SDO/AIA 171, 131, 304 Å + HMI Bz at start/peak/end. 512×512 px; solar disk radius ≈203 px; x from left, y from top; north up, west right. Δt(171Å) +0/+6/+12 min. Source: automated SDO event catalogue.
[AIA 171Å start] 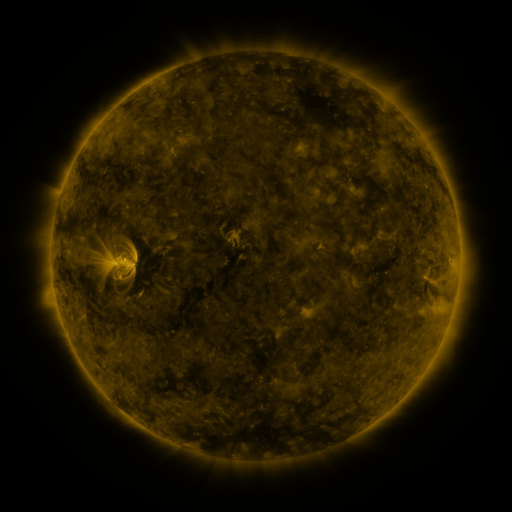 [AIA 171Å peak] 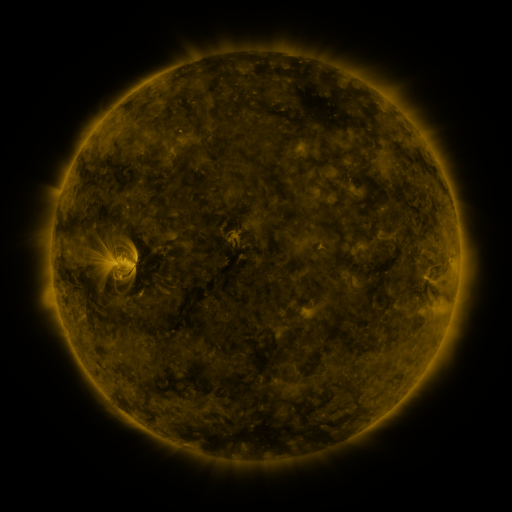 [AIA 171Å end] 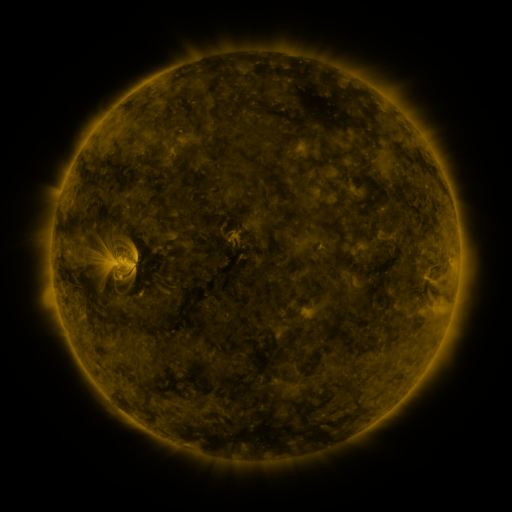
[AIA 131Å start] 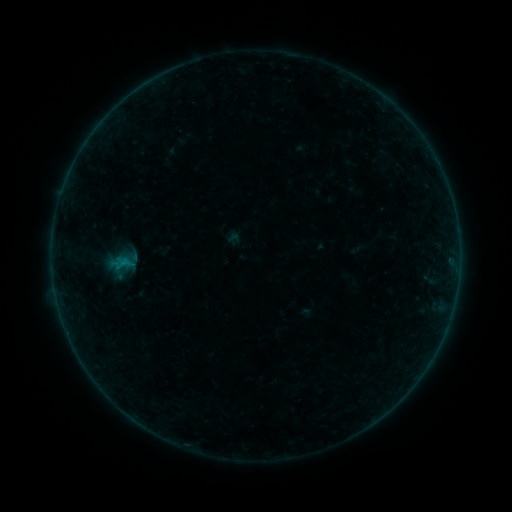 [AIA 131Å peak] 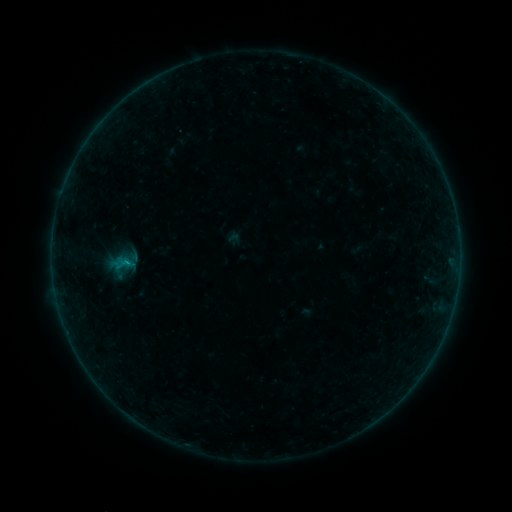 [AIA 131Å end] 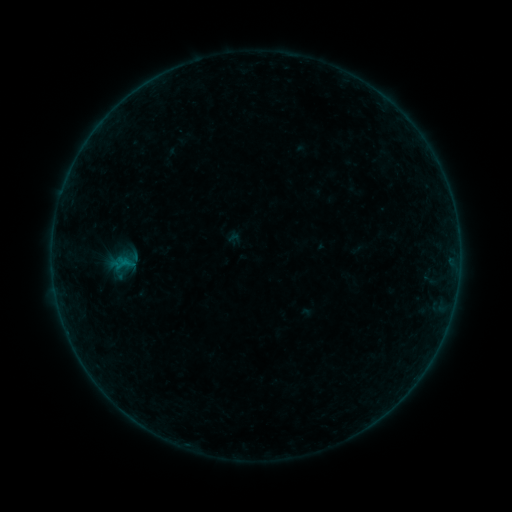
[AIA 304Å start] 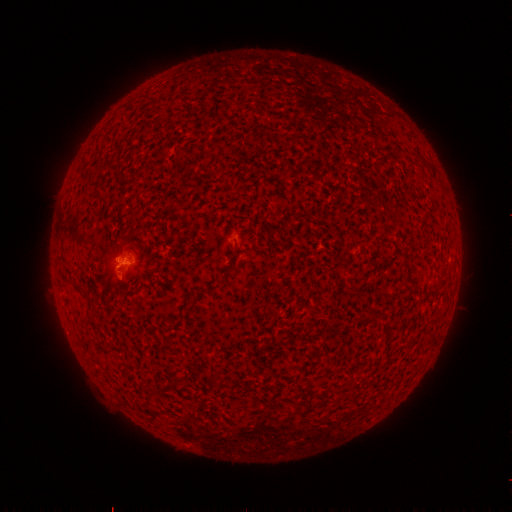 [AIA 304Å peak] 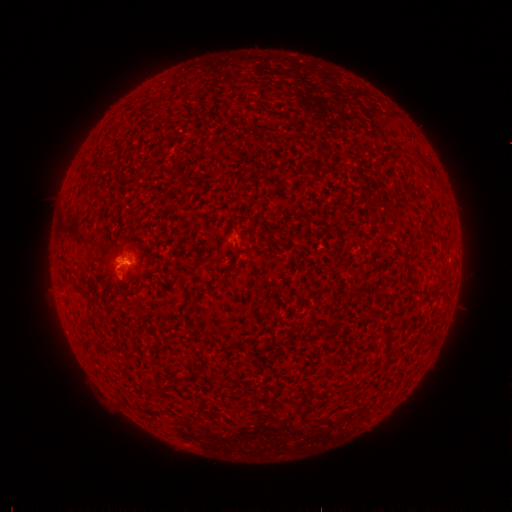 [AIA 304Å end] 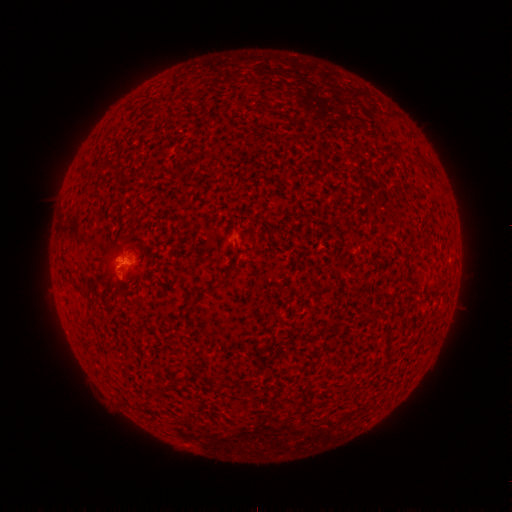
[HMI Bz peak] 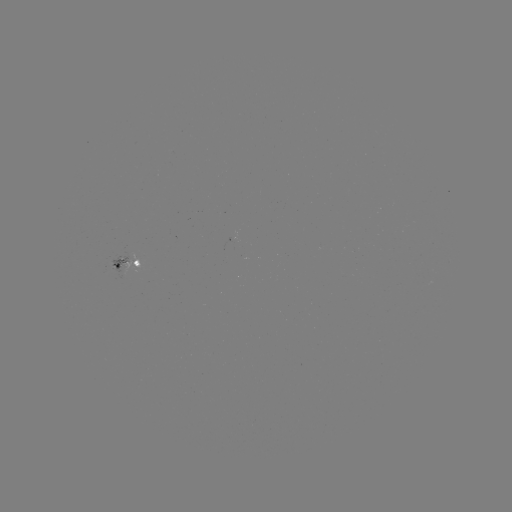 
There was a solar flare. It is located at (128, 259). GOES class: B2.1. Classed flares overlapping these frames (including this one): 1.